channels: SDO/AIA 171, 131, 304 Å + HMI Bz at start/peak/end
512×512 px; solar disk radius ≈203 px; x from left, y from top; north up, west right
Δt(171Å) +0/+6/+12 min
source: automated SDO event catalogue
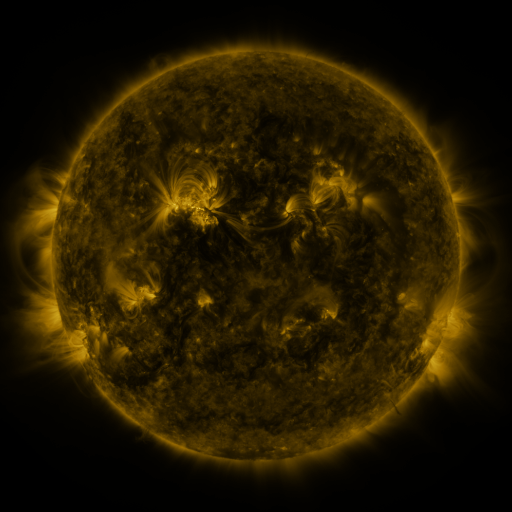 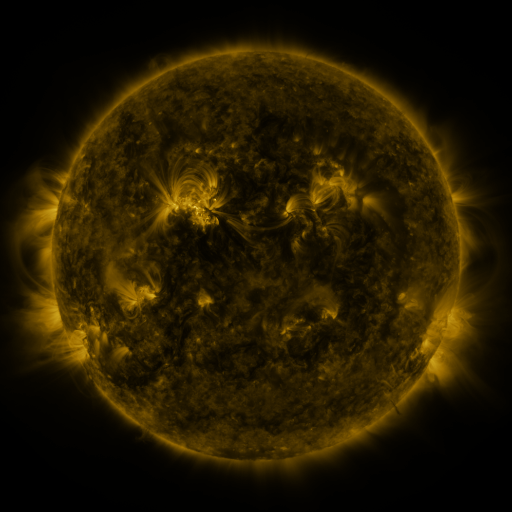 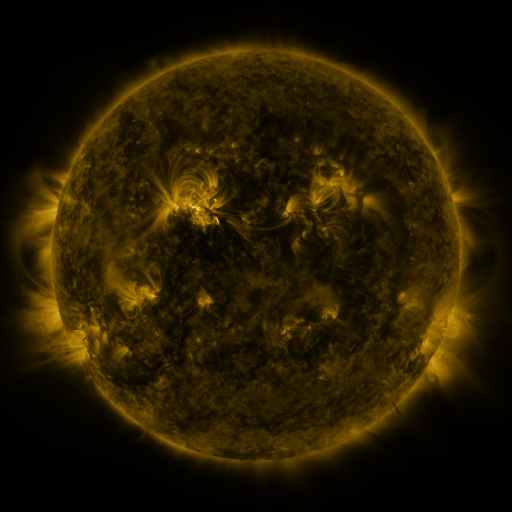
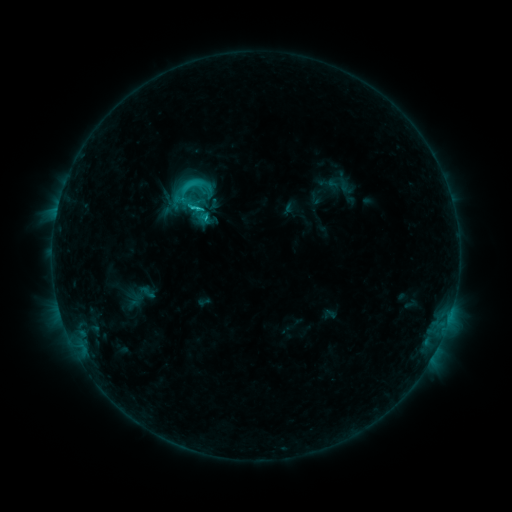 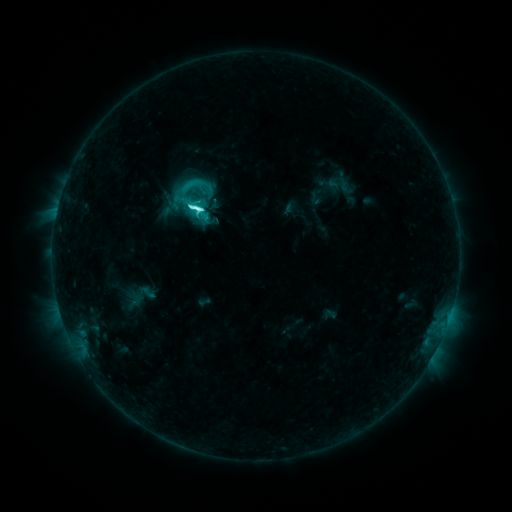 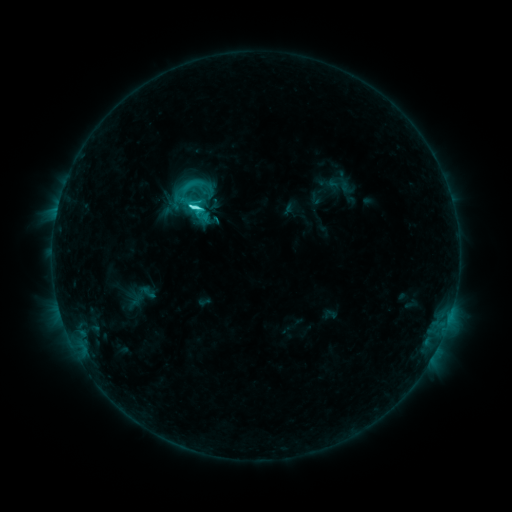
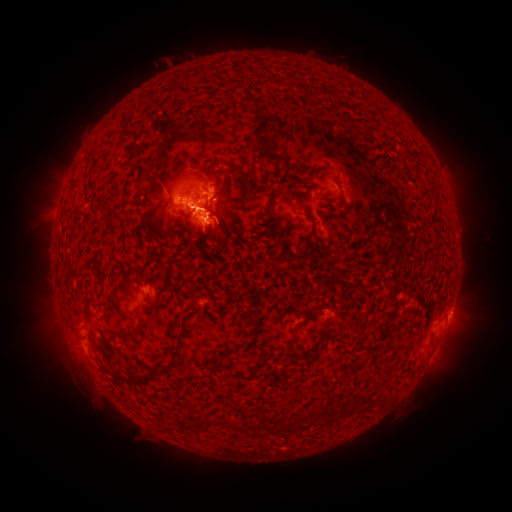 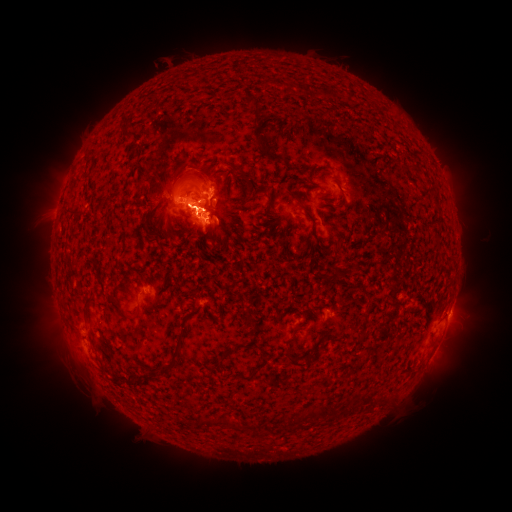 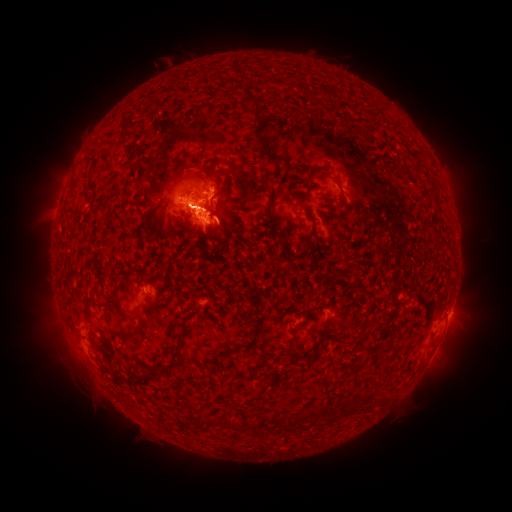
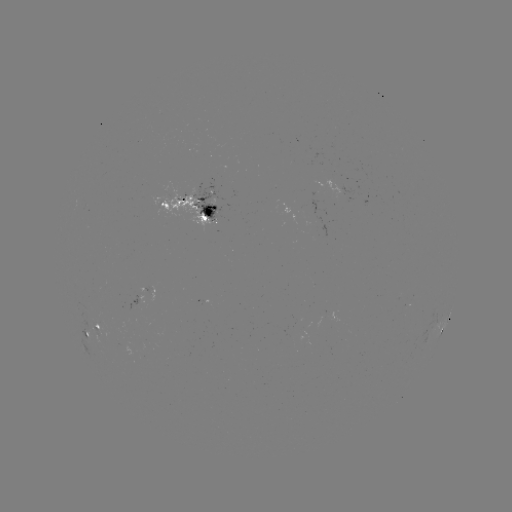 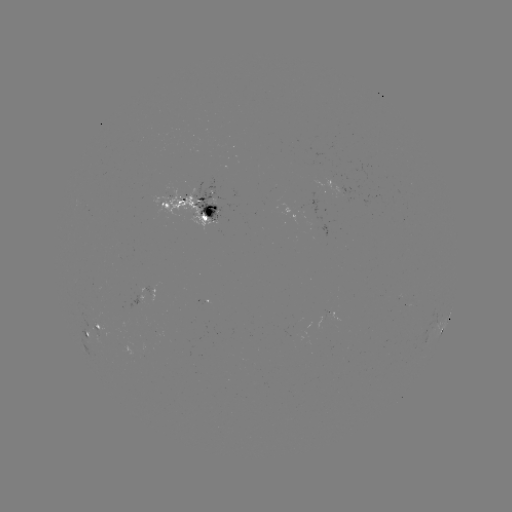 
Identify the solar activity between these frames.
C7.9 flare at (197, 209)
